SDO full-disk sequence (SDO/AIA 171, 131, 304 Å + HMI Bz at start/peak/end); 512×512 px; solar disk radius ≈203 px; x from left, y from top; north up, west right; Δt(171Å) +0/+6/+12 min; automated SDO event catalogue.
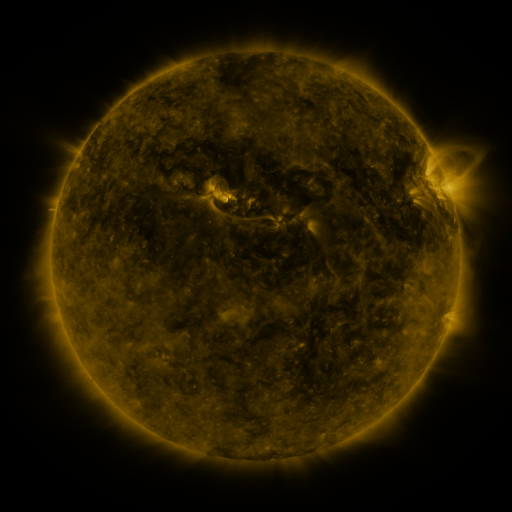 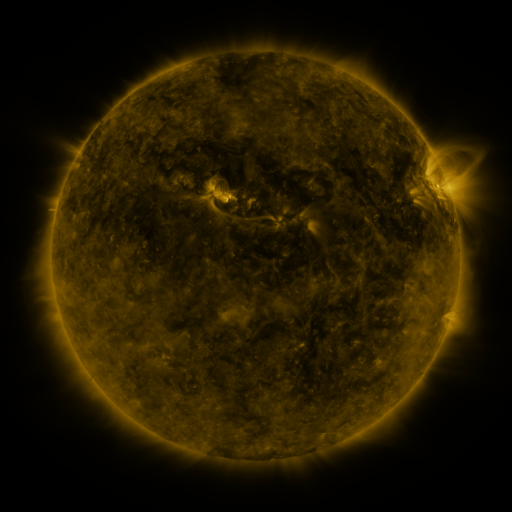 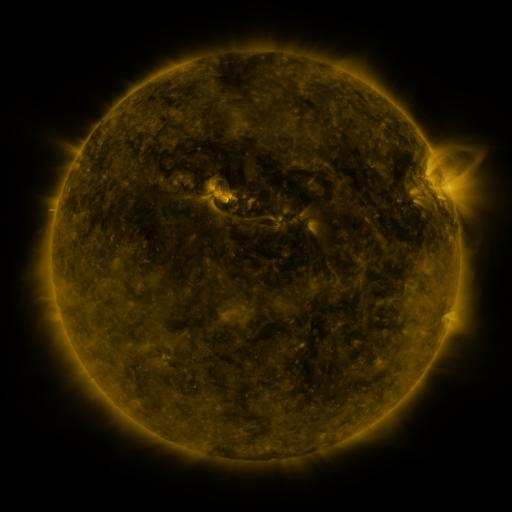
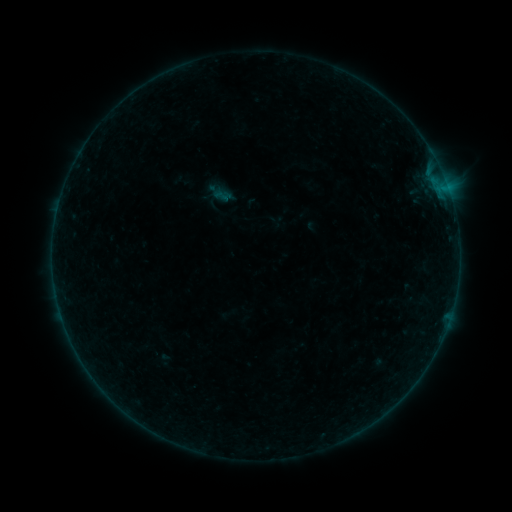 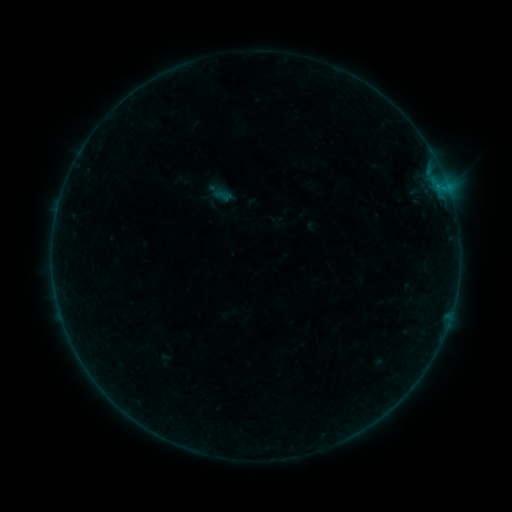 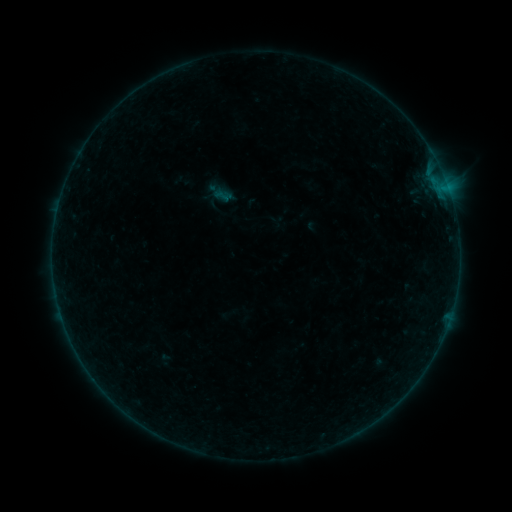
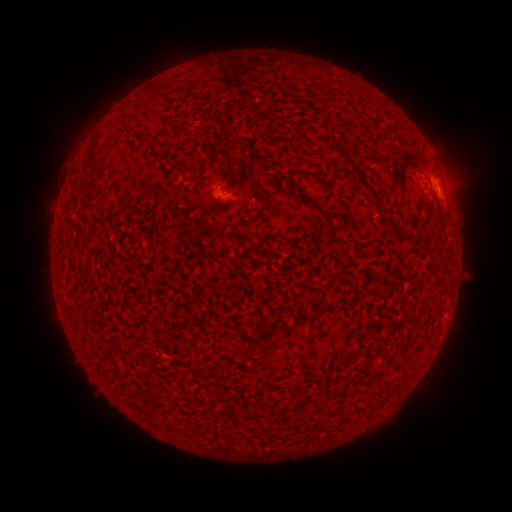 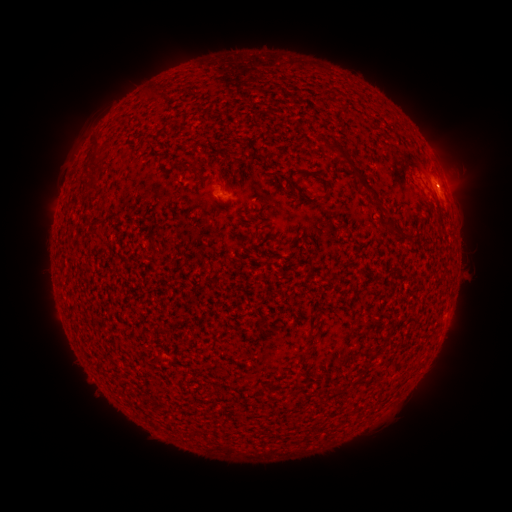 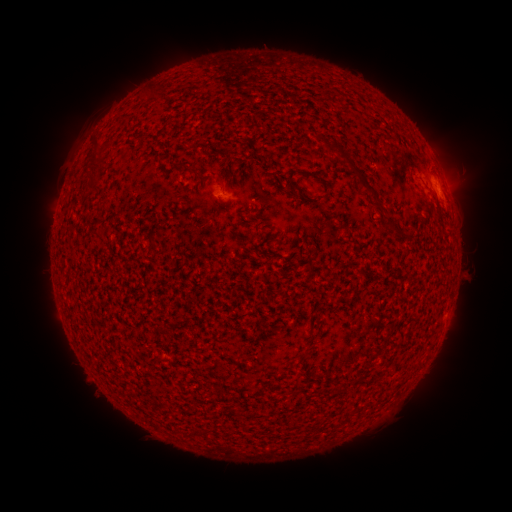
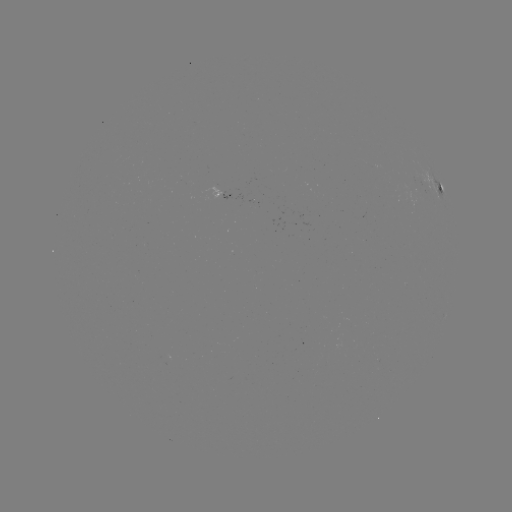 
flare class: B1.2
